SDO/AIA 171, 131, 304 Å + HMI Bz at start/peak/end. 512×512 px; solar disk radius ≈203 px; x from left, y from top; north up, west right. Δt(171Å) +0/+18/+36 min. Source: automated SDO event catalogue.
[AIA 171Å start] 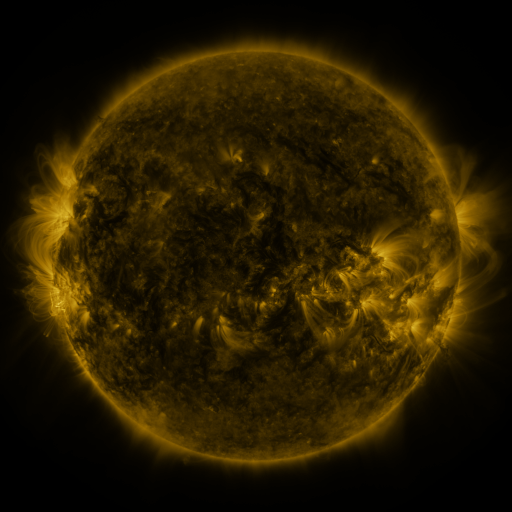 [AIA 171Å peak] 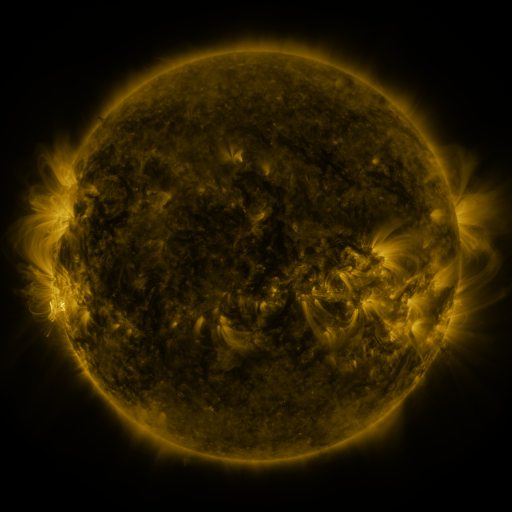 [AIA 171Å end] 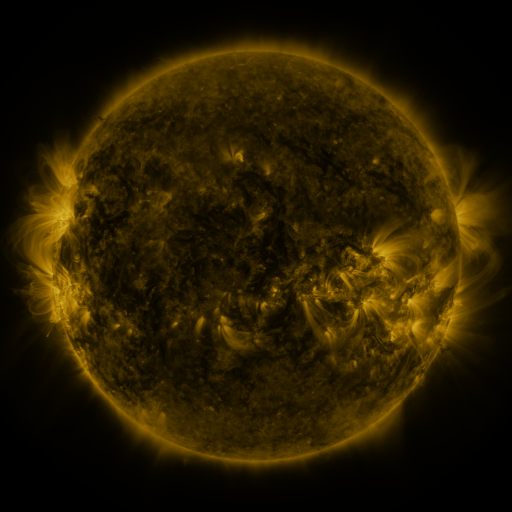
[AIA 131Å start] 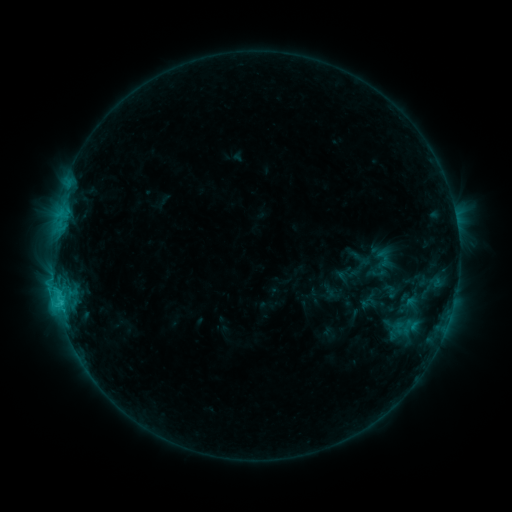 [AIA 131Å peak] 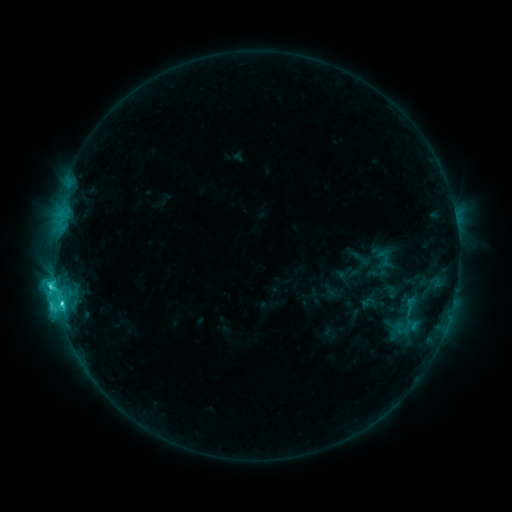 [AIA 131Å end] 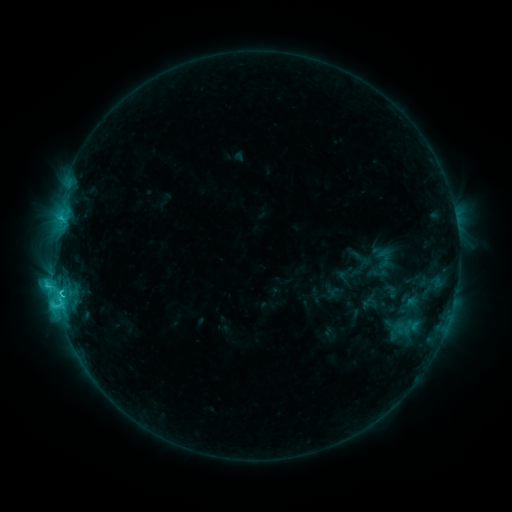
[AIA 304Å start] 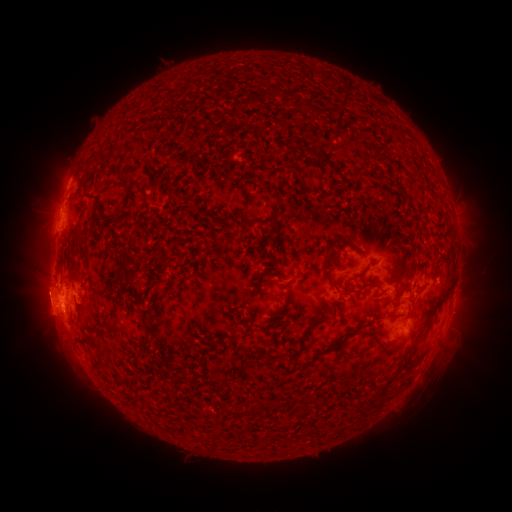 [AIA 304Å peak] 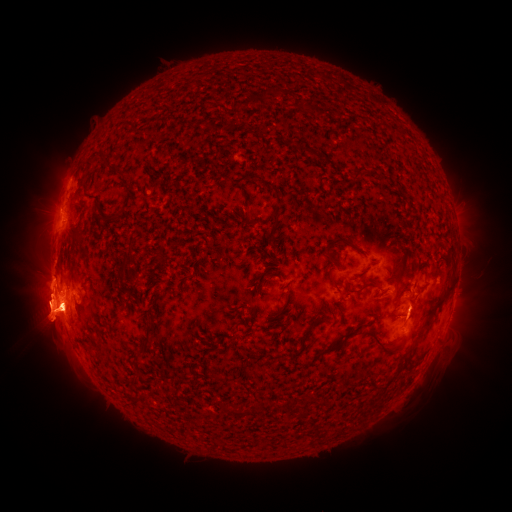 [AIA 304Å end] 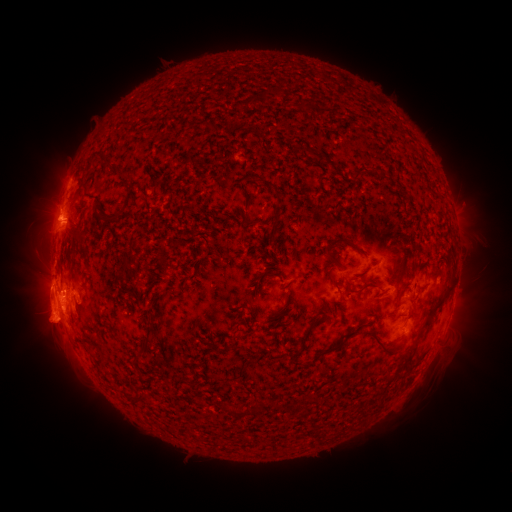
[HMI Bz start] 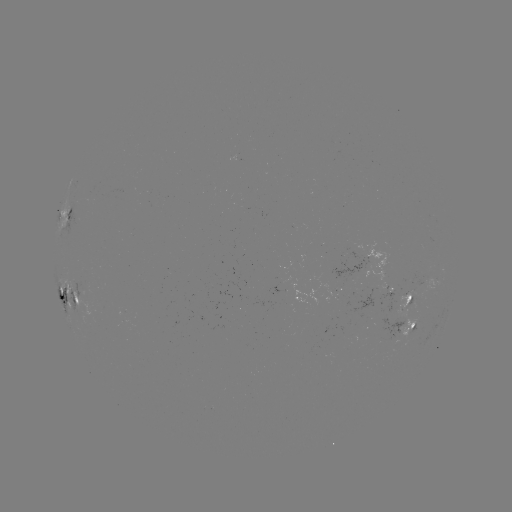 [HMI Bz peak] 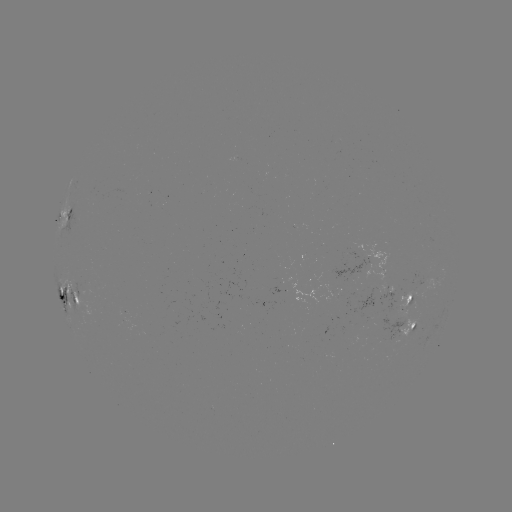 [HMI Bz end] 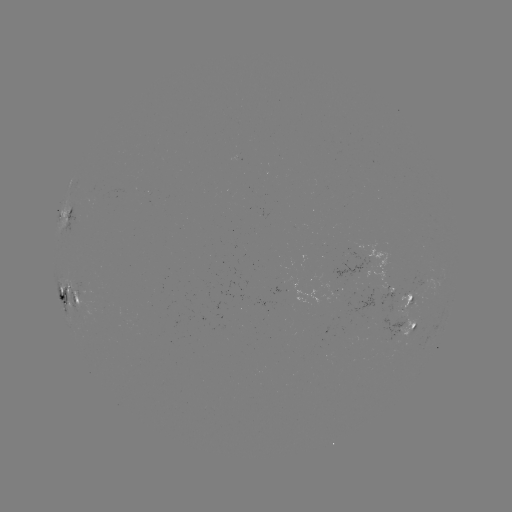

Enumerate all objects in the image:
eruption: (49, 295)
